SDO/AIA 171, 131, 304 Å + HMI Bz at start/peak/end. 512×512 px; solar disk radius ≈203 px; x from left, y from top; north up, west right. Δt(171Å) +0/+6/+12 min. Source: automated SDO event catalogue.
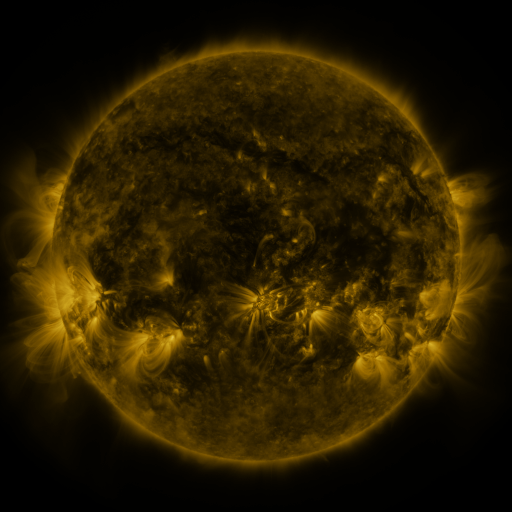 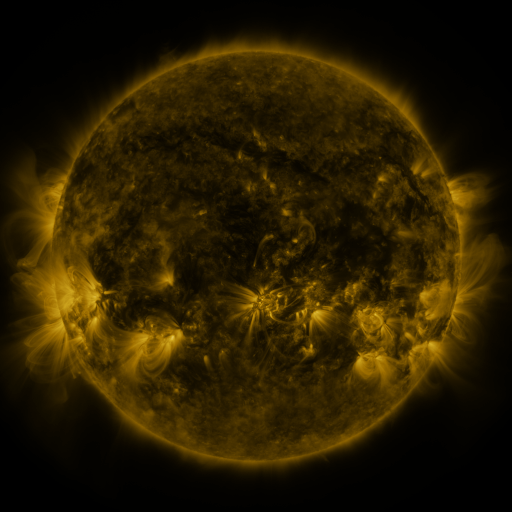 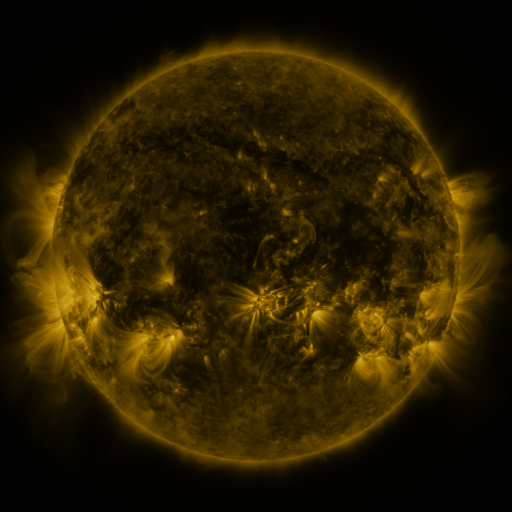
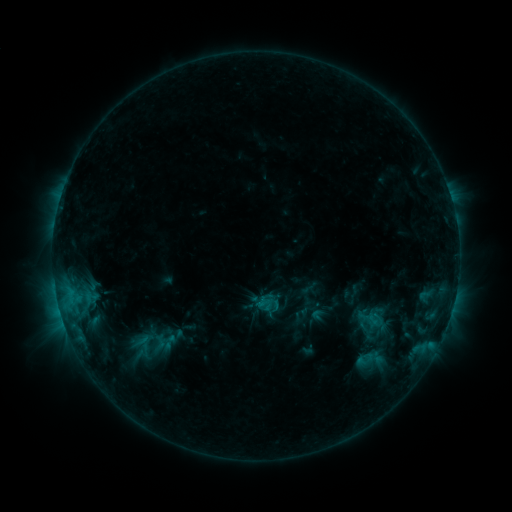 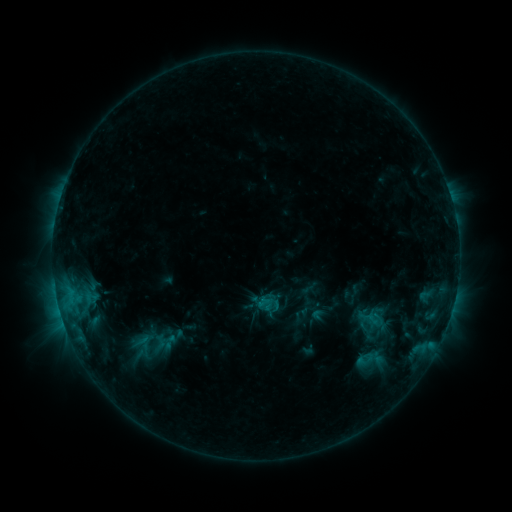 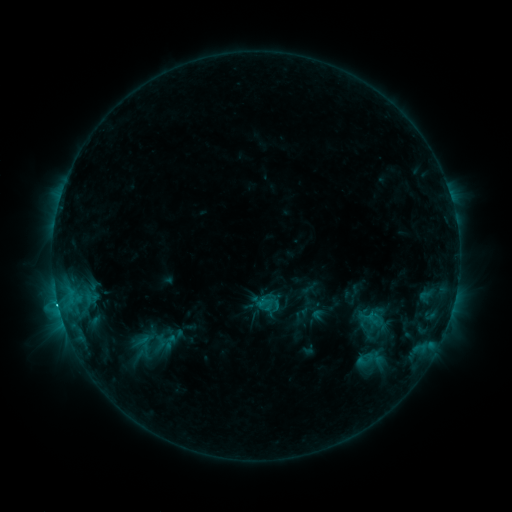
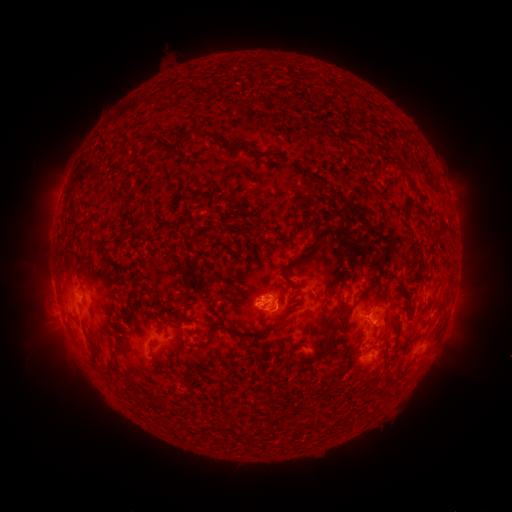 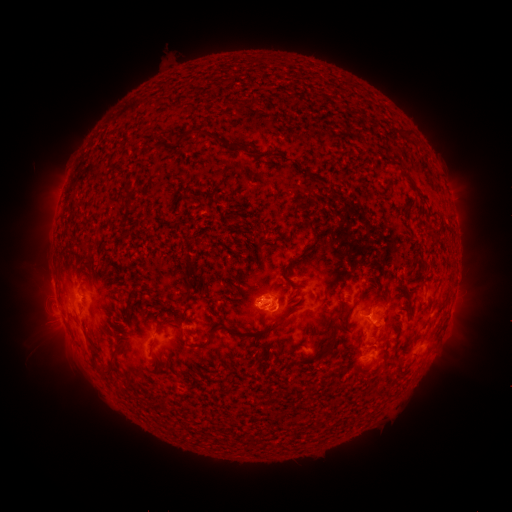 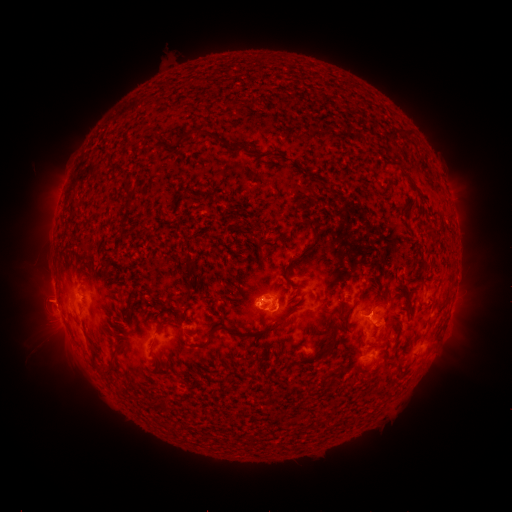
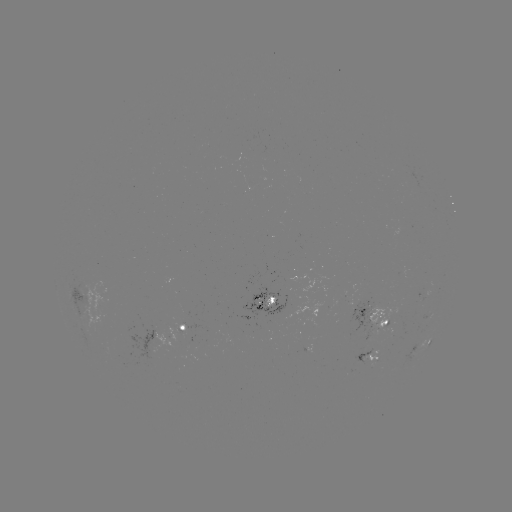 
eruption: (20, 274, 75, 327)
